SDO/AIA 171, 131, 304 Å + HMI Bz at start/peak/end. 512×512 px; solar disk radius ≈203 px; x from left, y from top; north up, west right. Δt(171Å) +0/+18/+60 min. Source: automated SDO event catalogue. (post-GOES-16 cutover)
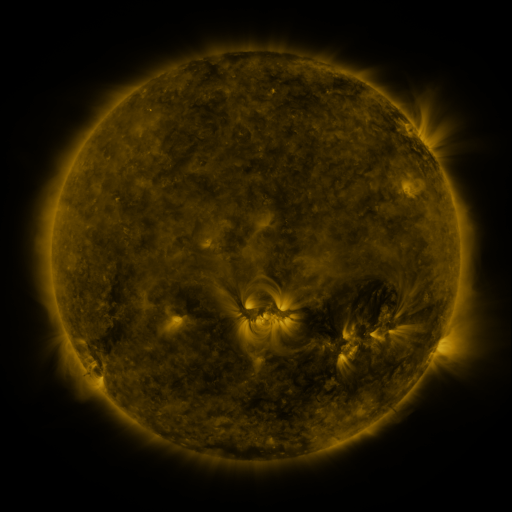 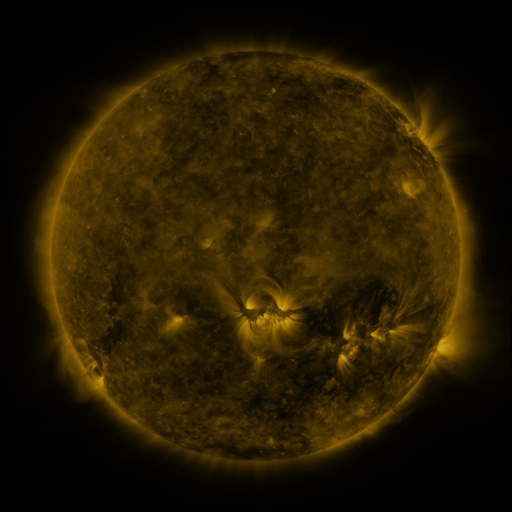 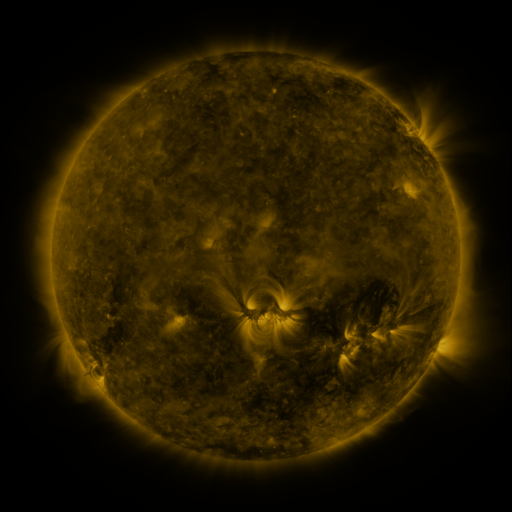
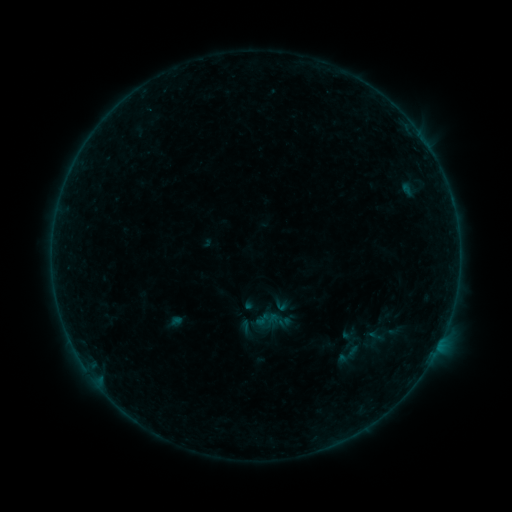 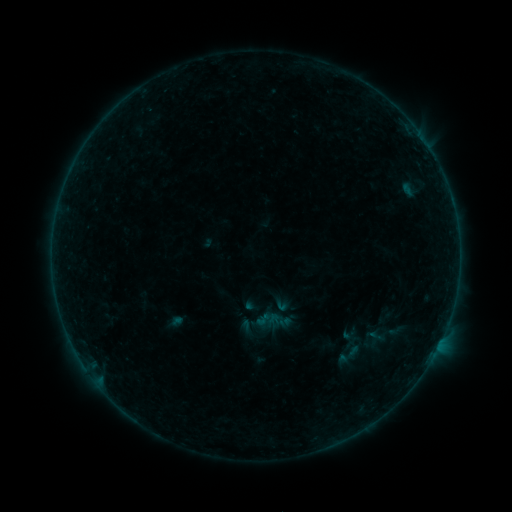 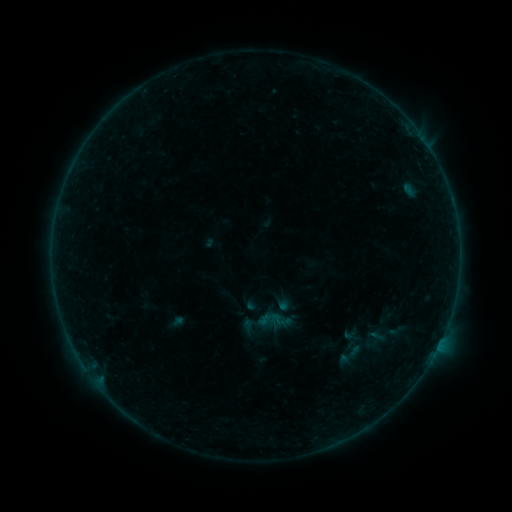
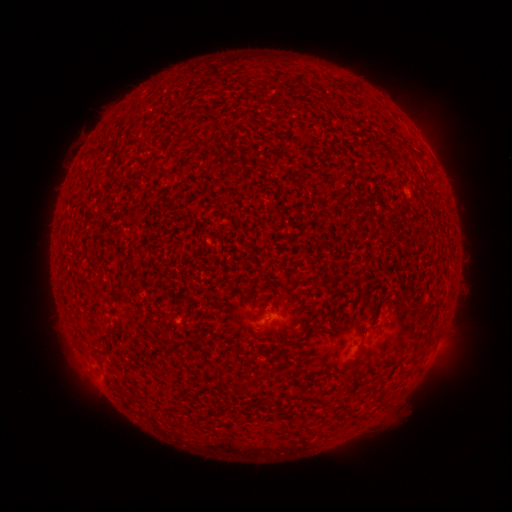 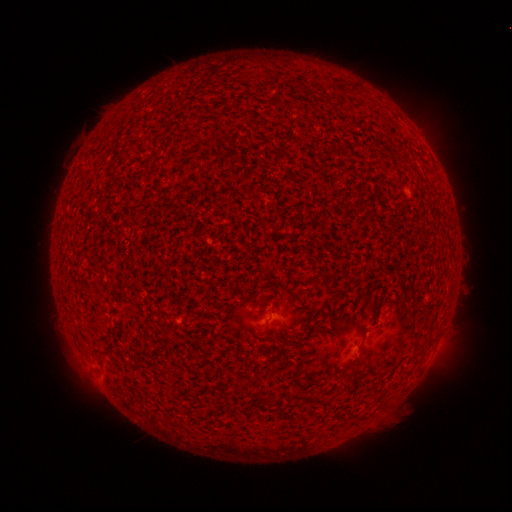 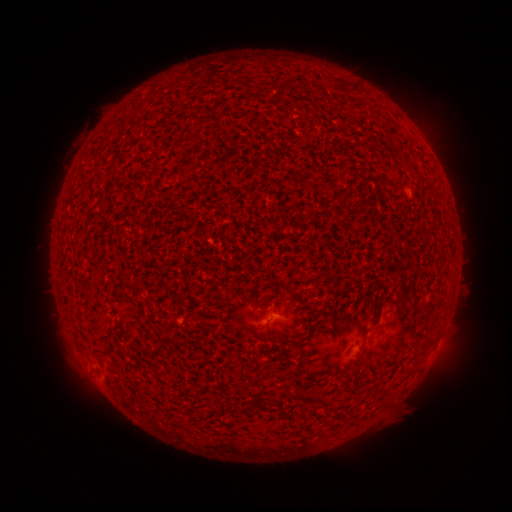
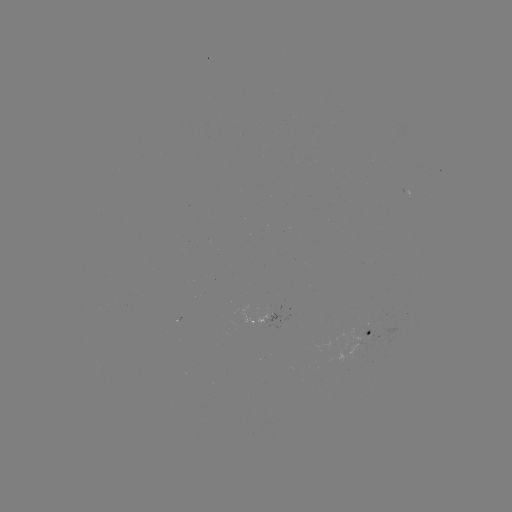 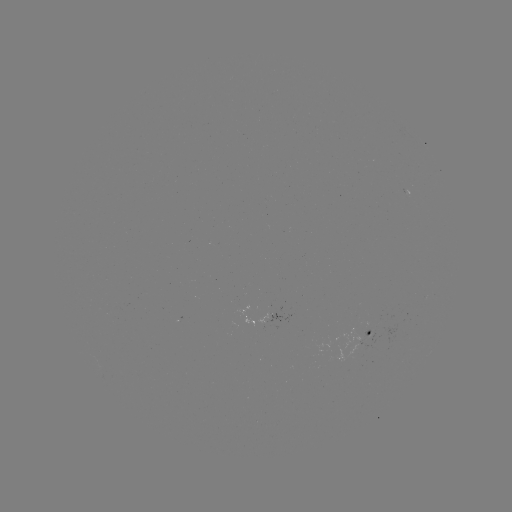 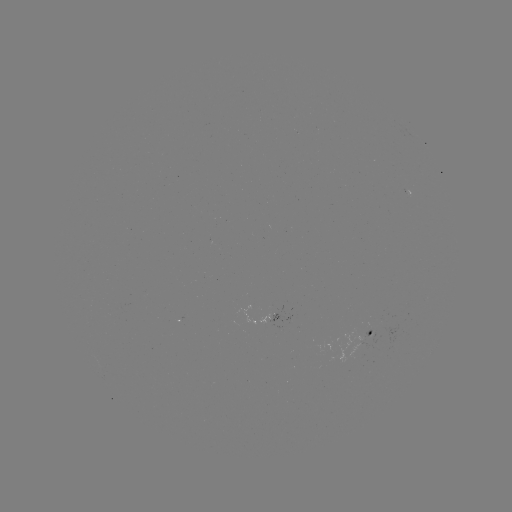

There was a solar flare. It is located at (365, 338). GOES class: A5.4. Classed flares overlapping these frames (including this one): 1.